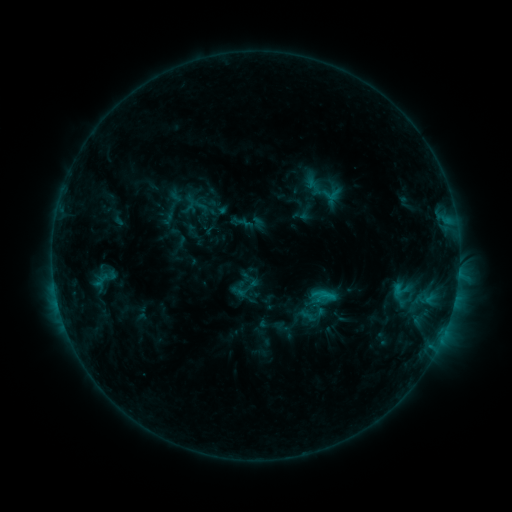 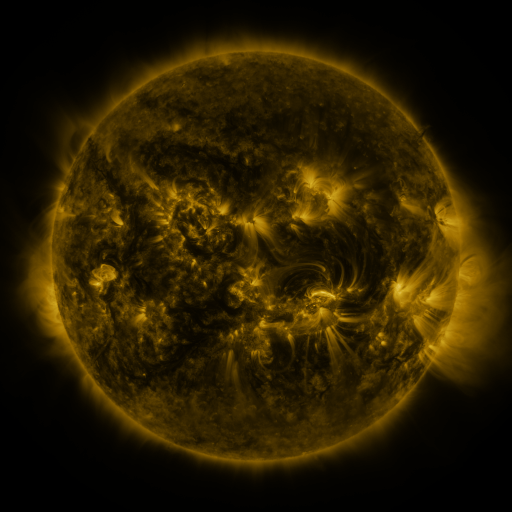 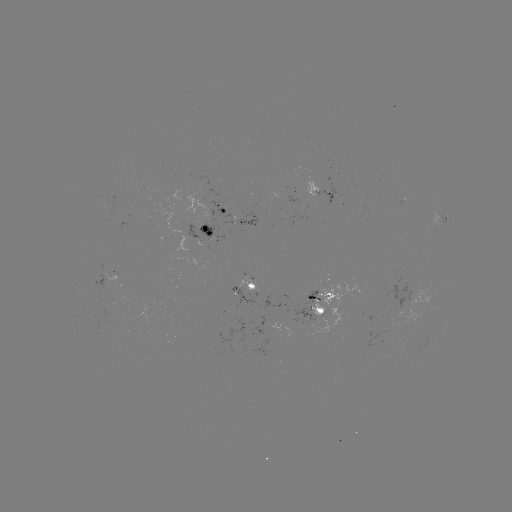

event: sigmoid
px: (322, 194)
